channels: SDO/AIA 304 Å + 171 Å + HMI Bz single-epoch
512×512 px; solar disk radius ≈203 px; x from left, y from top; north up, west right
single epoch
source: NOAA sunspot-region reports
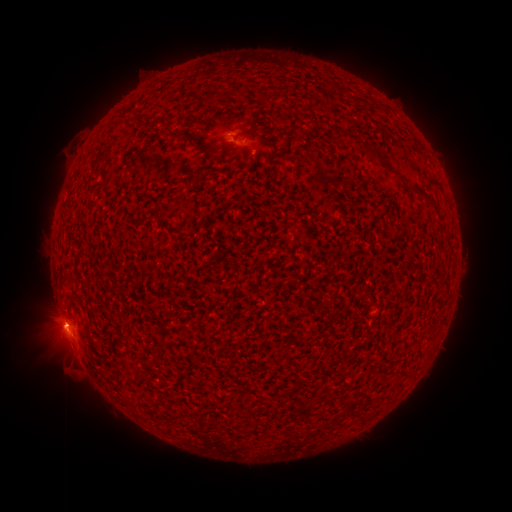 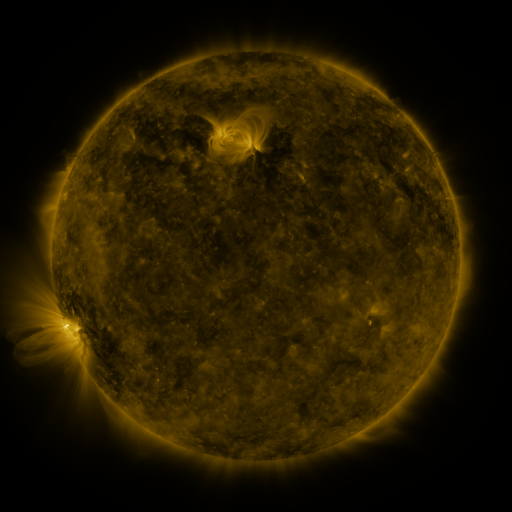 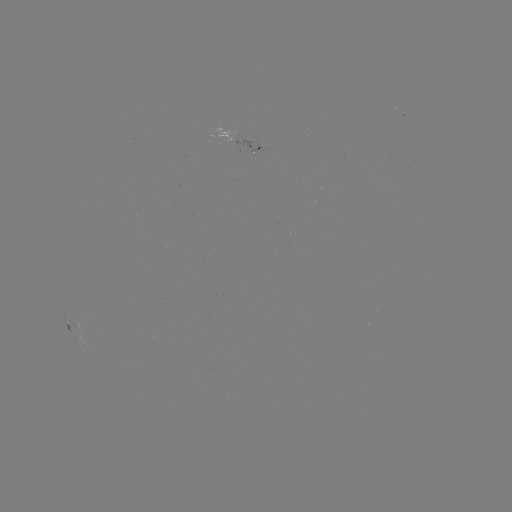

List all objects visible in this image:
spotted active region: (244, 141)
spotted active region: (76, 330)
